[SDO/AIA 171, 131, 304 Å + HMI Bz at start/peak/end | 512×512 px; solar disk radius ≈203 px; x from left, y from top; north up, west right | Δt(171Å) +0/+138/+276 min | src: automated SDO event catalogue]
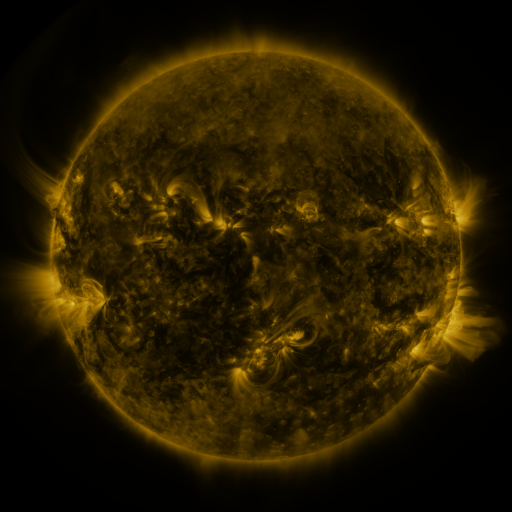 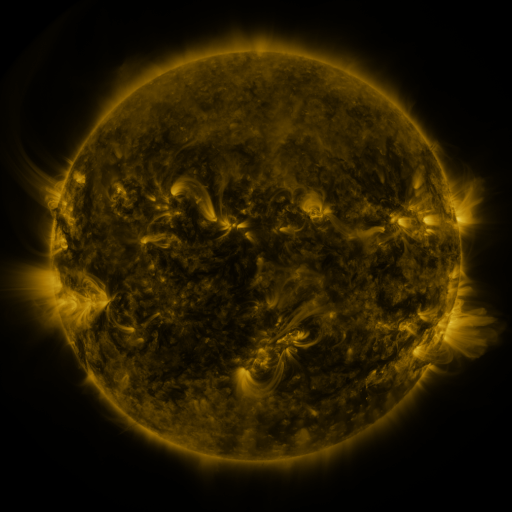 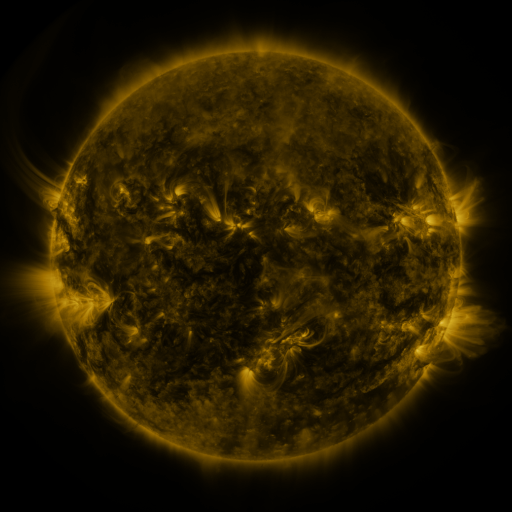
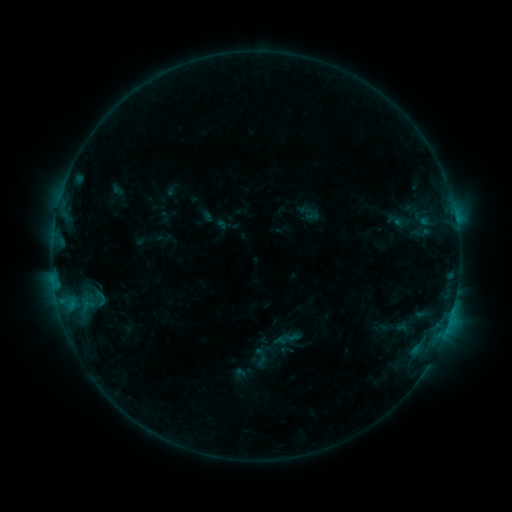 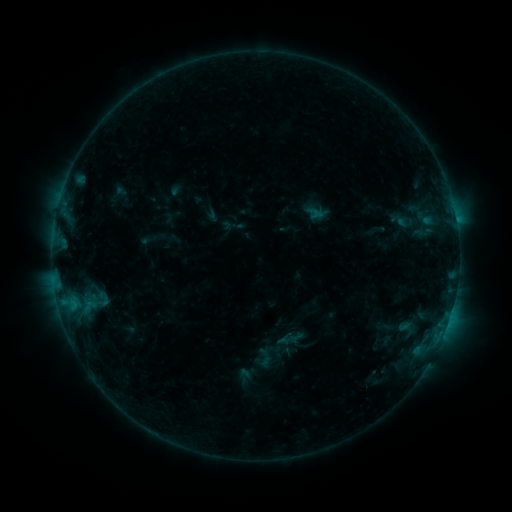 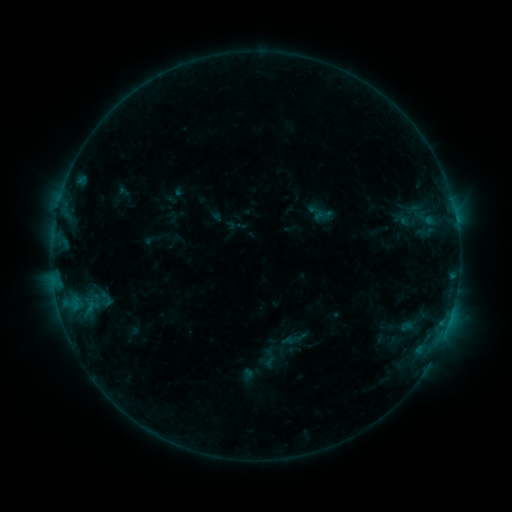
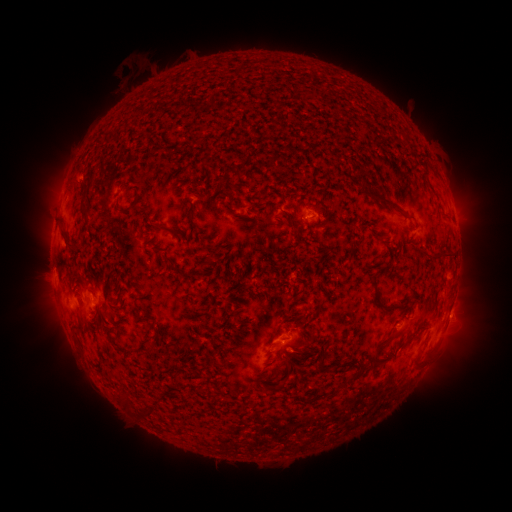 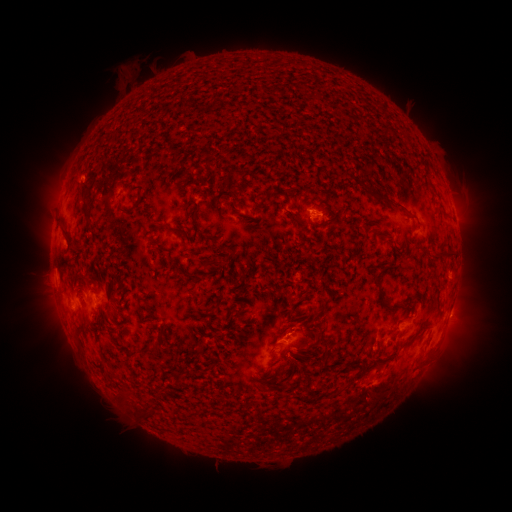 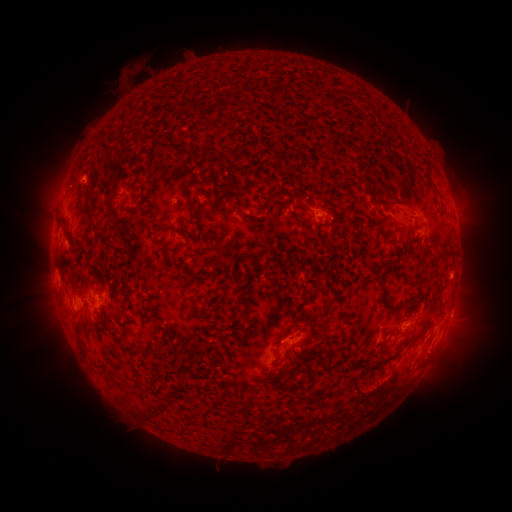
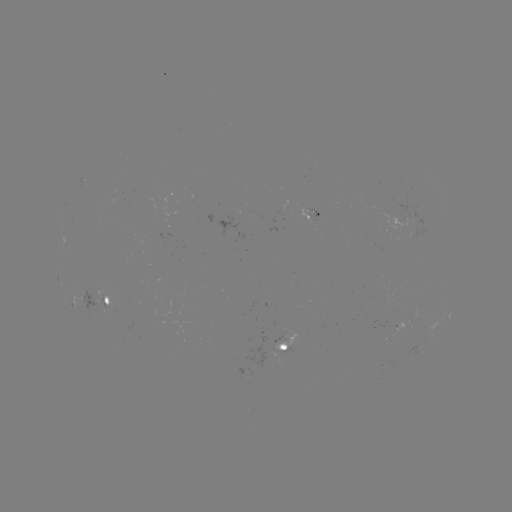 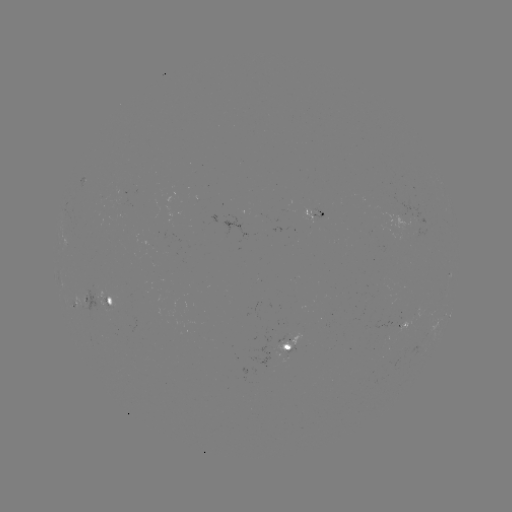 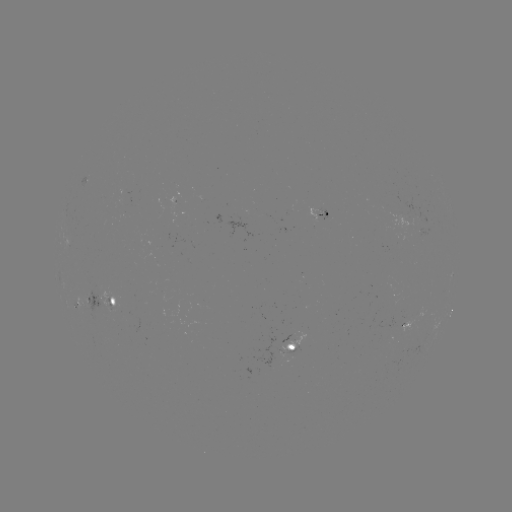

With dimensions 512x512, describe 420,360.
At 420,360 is filament eruption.